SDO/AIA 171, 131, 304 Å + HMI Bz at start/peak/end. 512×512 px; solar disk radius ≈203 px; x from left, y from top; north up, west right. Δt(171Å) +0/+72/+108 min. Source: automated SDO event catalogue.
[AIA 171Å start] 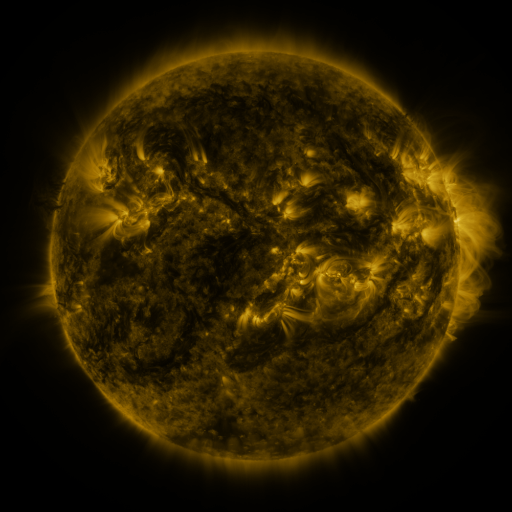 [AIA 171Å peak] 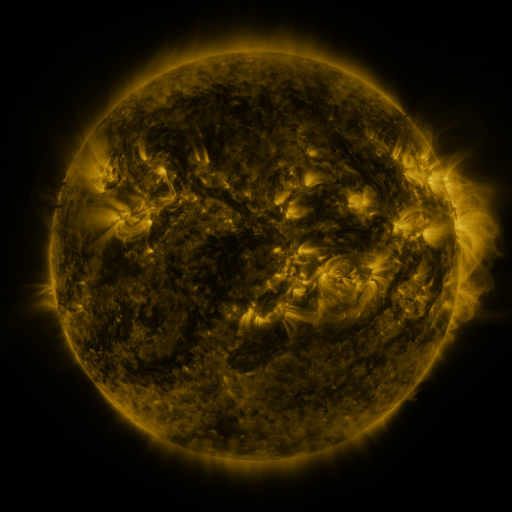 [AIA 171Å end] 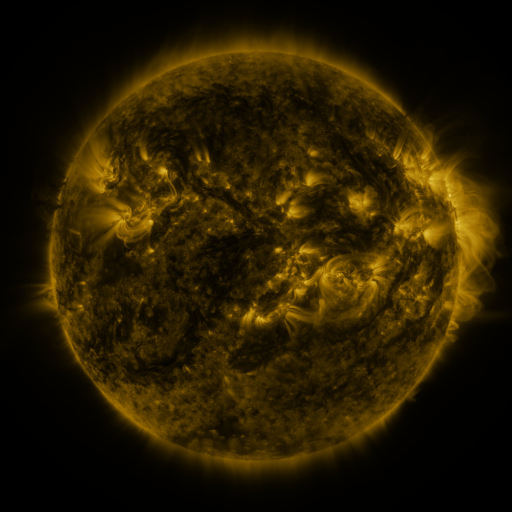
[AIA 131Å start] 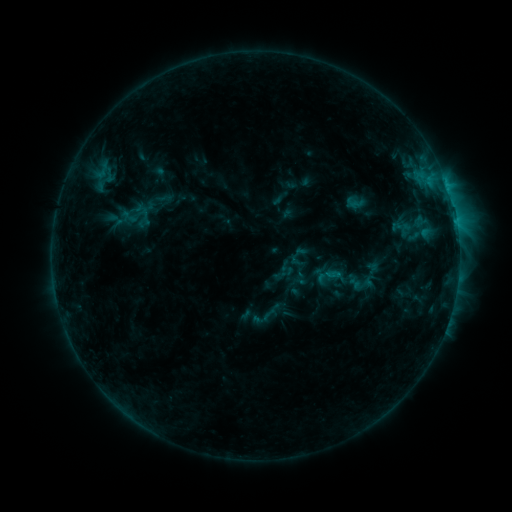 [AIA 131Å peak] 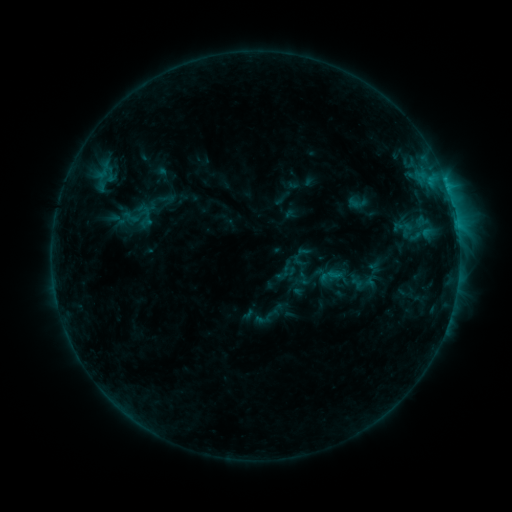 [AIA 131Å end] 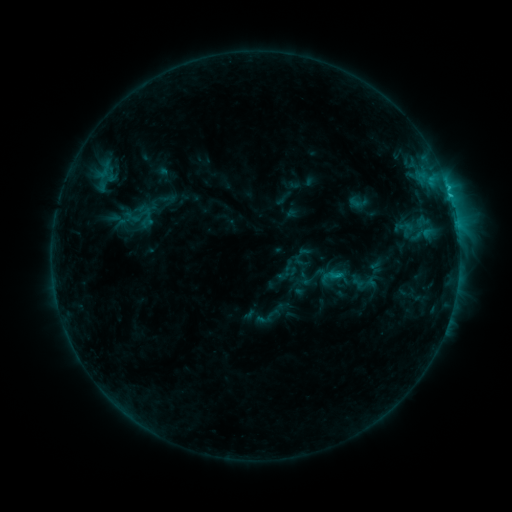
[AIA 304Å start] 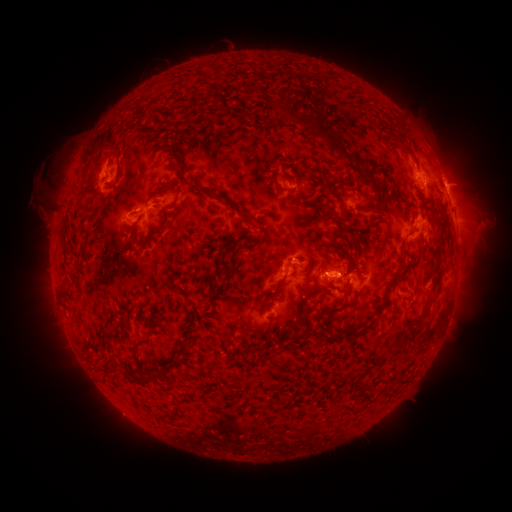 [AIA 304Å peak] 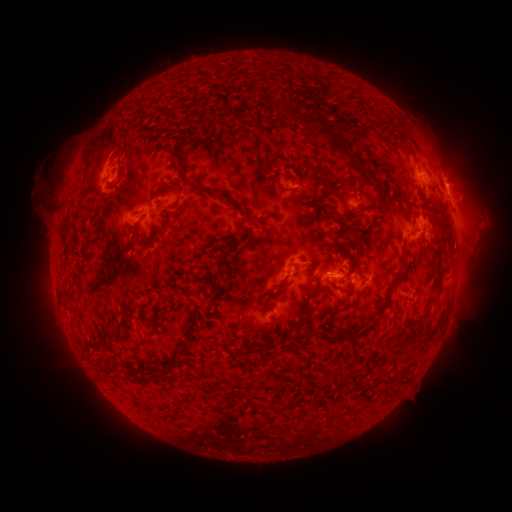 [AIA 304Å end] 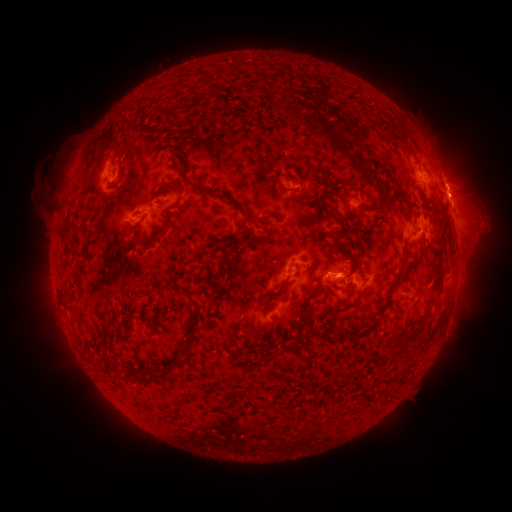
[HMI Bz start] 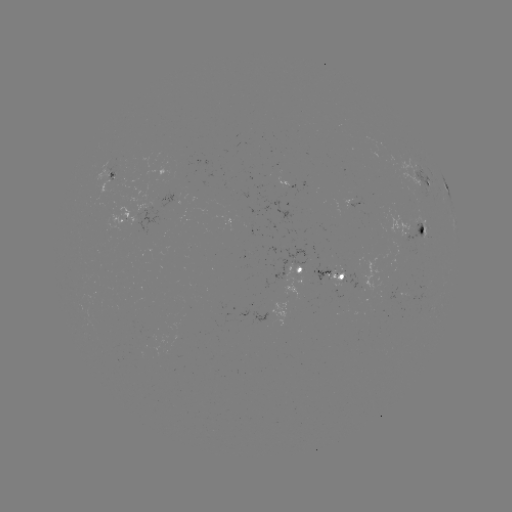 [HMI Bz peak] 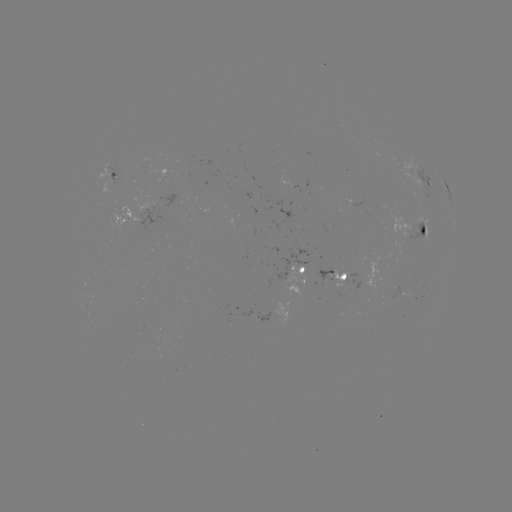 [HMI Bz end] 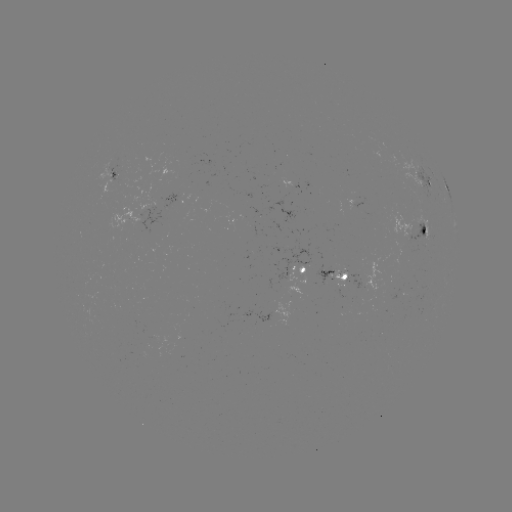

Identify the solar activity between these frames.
emerging-flux region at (374, 312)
